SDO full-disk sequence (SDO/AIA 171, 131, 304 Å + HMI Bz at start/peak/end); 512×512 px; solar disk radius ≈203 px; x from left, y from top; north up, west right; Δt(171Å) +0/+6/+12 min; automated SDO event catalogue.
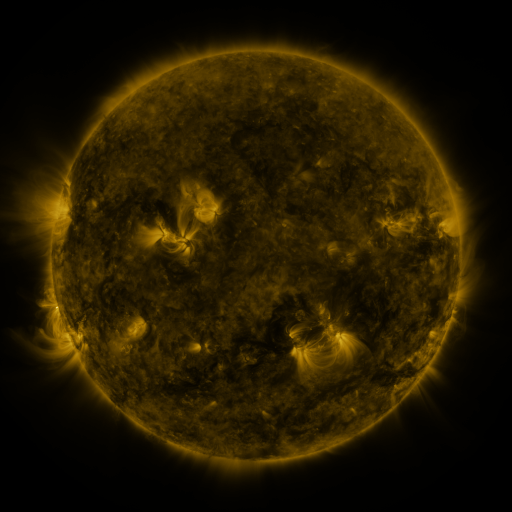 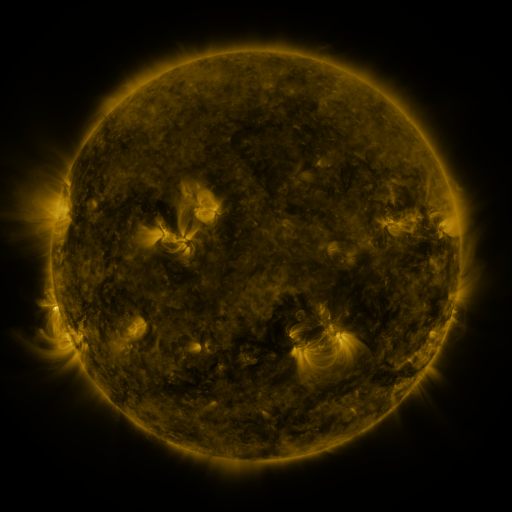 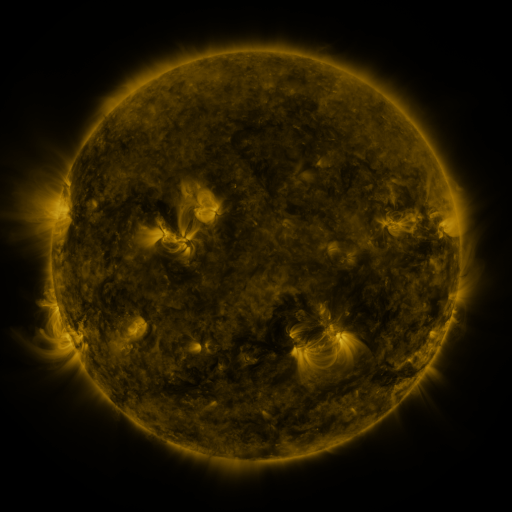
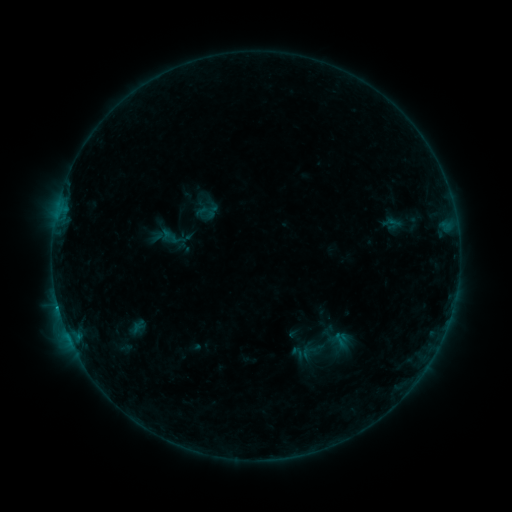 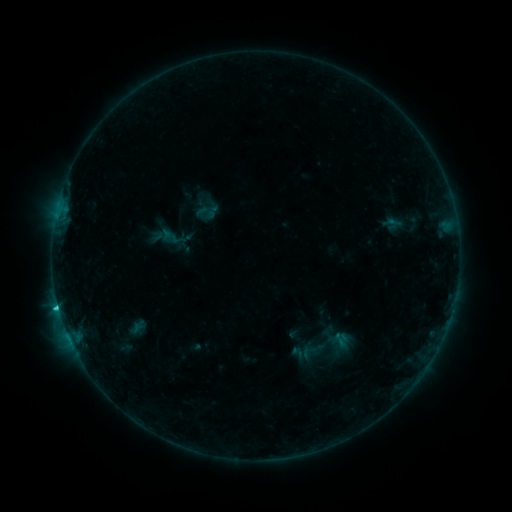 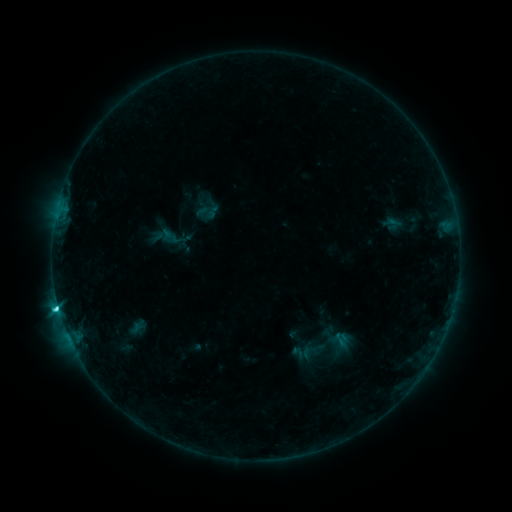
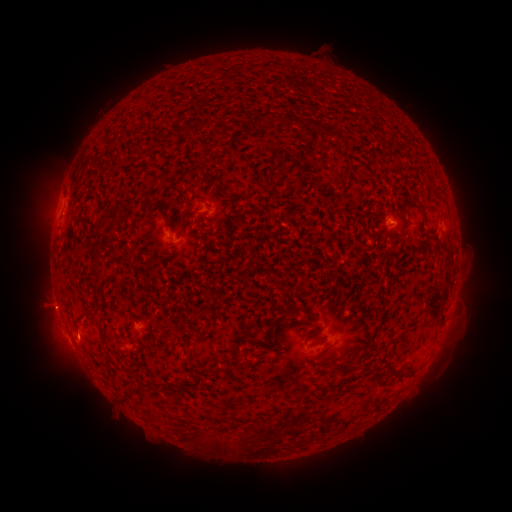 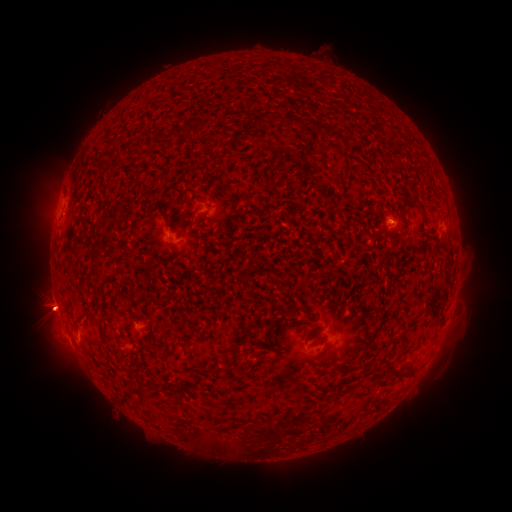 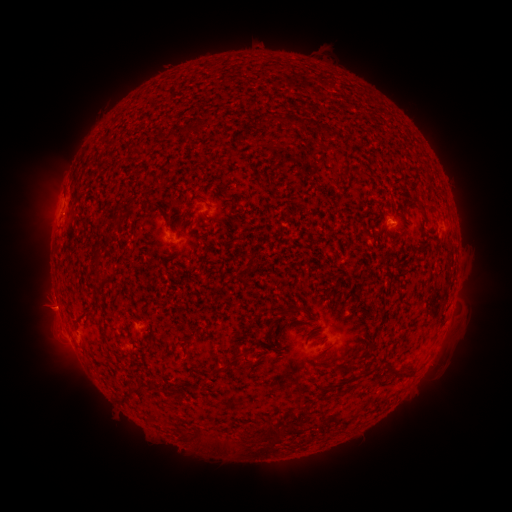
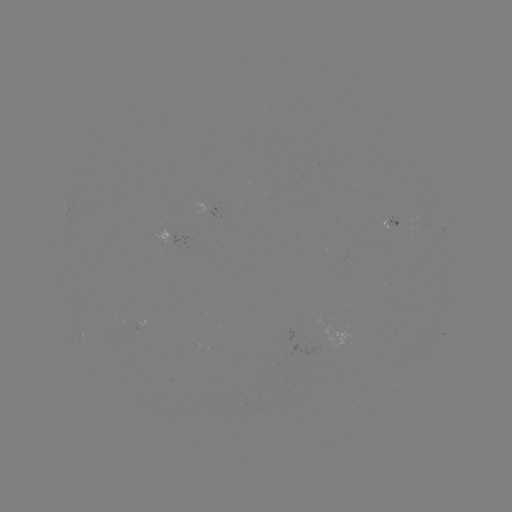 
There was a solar eruption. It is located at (50, 315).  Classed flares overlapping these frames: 1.